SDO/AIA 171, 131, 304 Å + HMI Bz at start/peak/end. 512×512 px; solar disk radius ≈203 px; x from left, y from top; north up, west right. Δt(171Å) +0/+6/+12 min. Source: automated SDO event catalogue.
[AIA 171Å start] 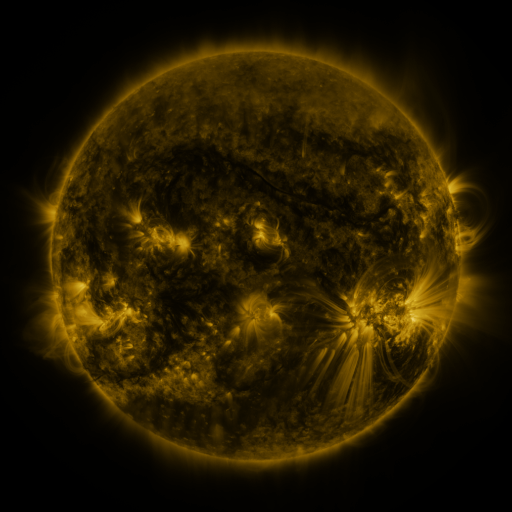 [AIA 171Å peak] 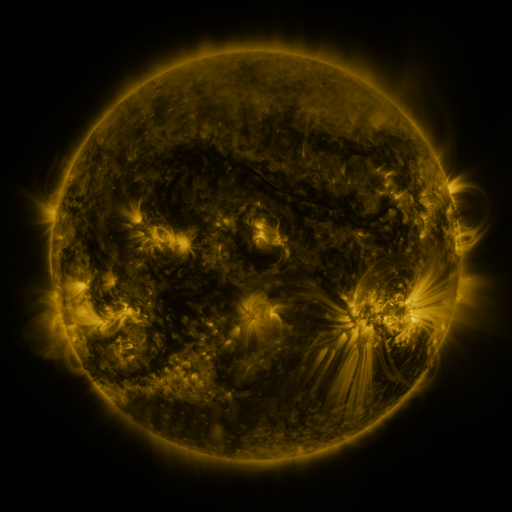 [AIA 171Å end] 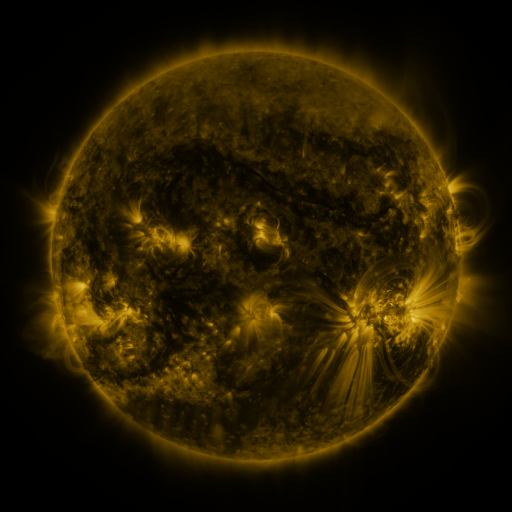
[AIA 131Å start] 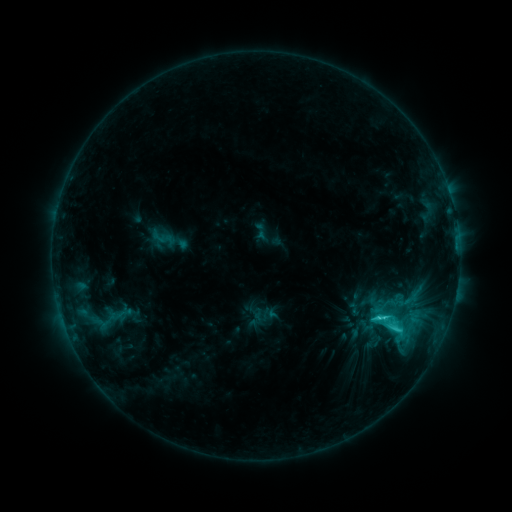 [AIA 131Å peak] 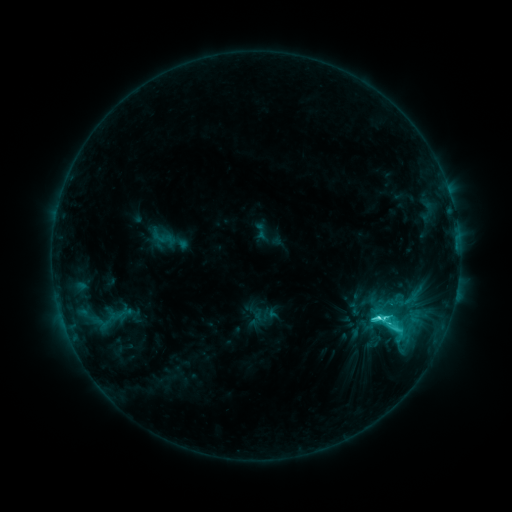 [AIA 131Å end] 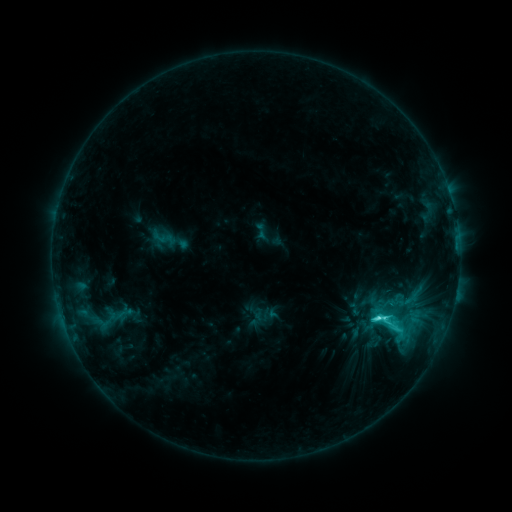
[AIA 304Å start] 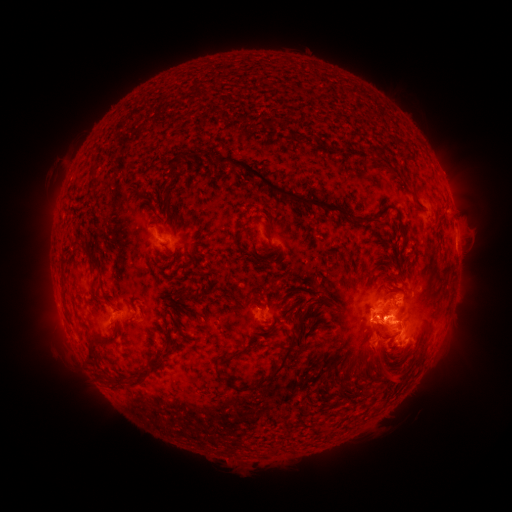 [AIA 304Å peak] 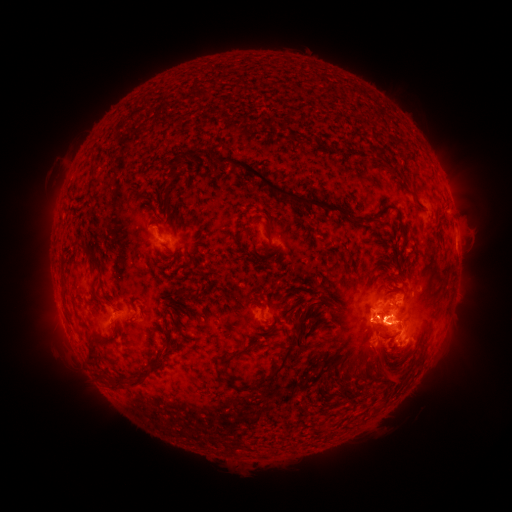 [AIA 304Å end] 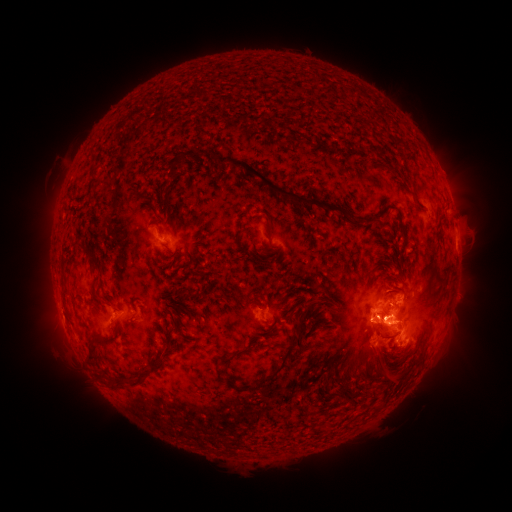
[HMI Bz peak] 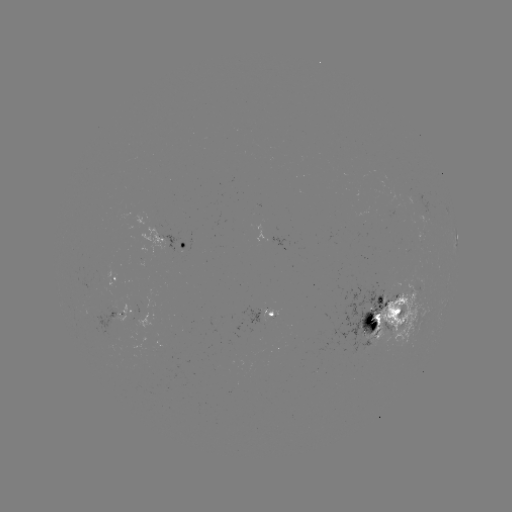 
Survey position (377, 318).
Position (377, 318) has C7.8 flare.